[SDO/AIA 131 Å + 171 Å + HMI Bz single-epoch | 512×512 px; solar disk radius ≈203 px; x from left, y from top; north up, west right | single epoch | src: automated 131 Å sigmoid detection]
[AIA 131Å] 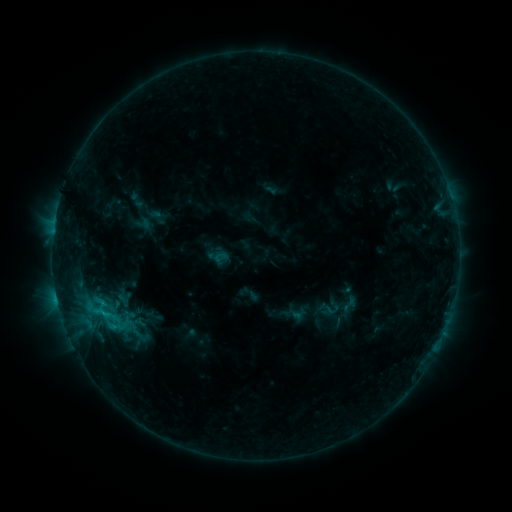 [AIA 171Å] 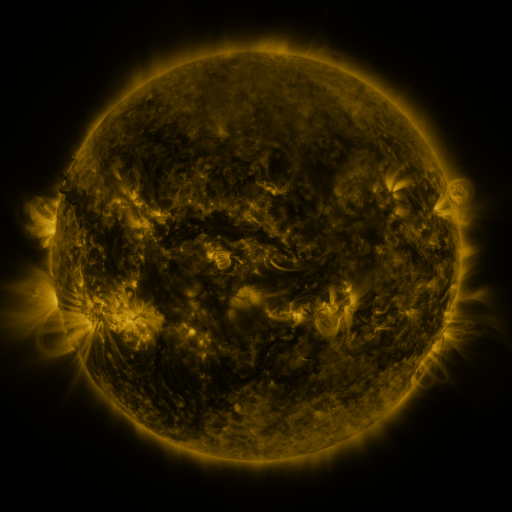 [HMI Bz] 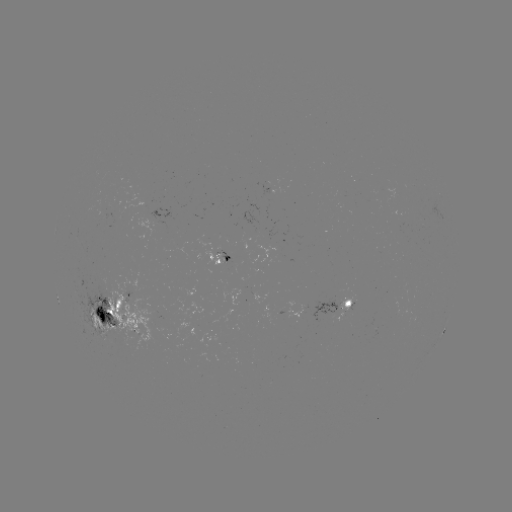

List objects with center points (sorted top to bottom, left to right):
sigmoid: (68, 283, 132, 342)
